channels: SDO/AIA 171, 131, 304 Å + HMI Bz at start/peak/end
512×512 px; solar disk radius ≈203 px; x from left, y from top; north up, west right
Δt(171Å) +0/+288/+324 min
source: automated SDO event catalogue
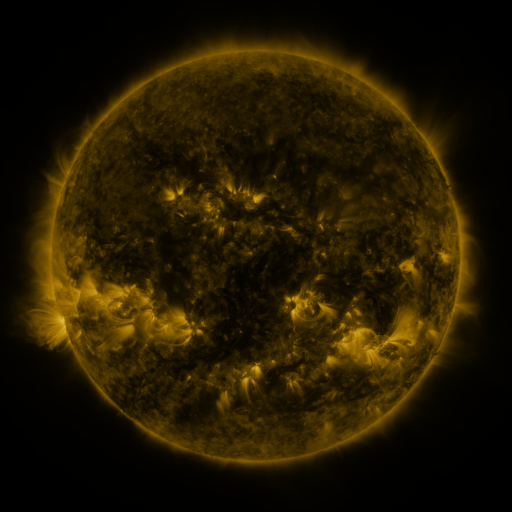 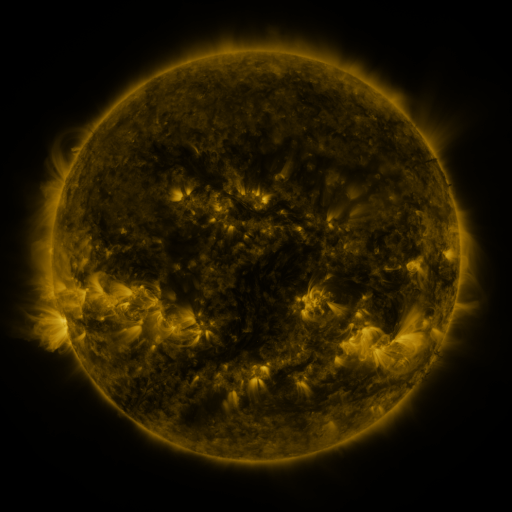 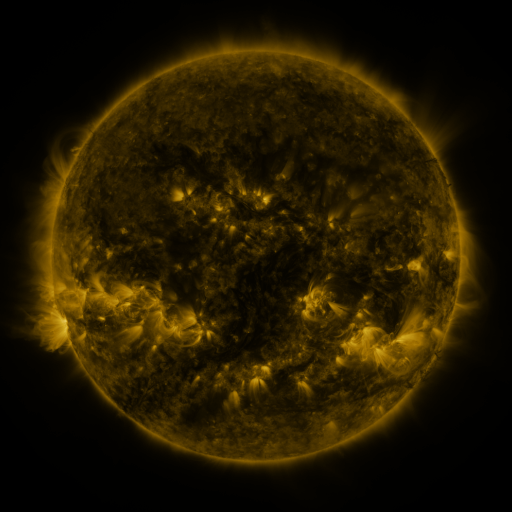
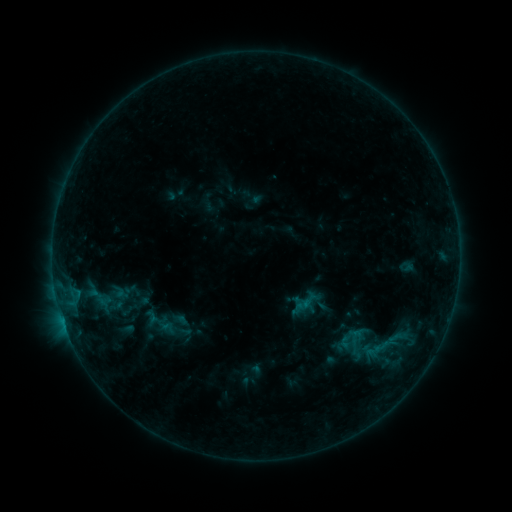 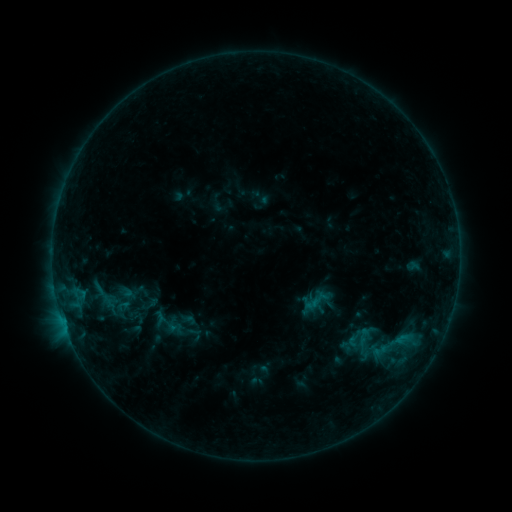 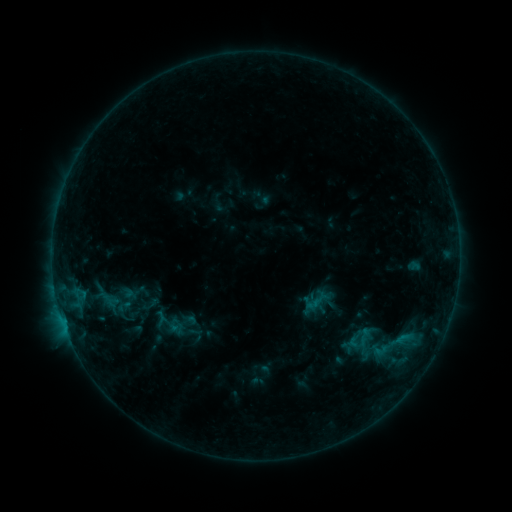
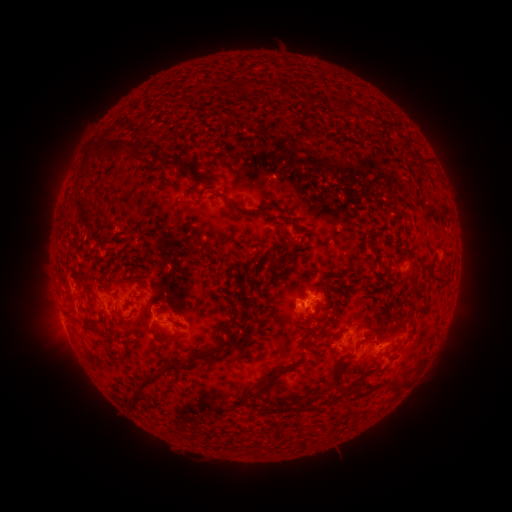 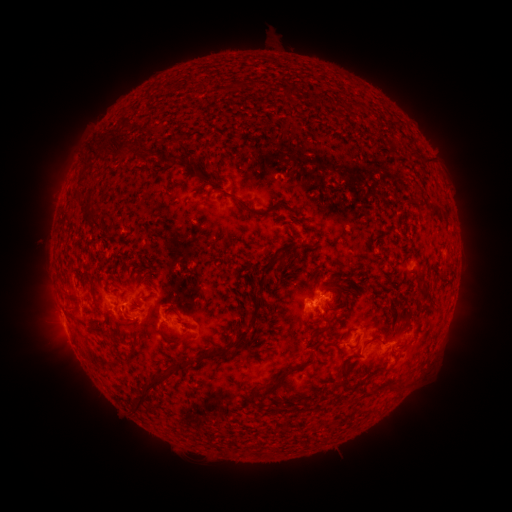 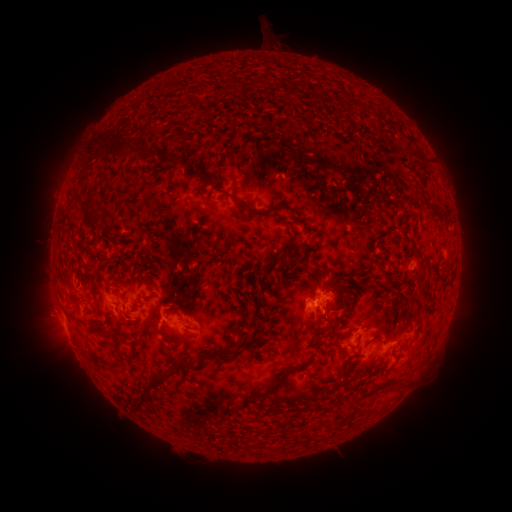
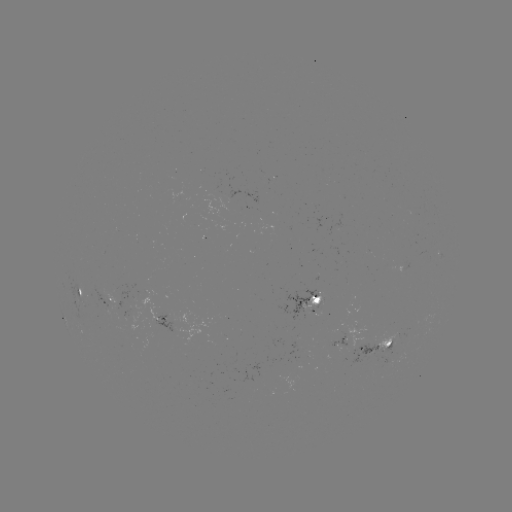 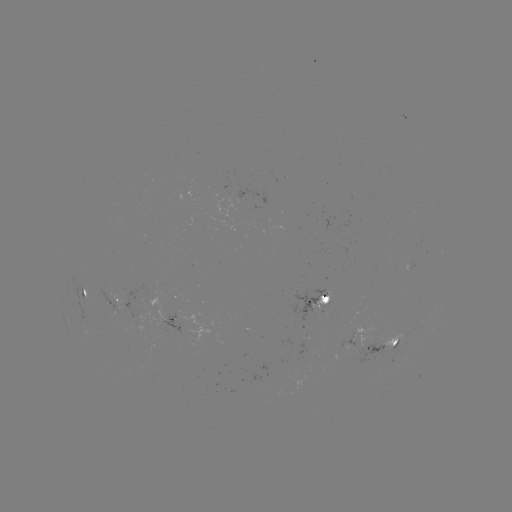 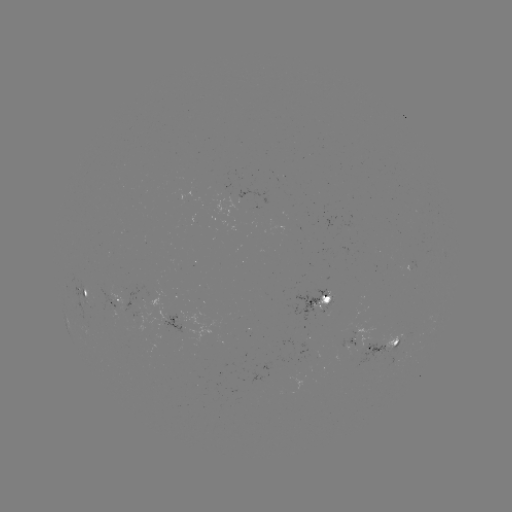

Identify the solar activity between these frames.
emerging-flux region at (360, 349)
